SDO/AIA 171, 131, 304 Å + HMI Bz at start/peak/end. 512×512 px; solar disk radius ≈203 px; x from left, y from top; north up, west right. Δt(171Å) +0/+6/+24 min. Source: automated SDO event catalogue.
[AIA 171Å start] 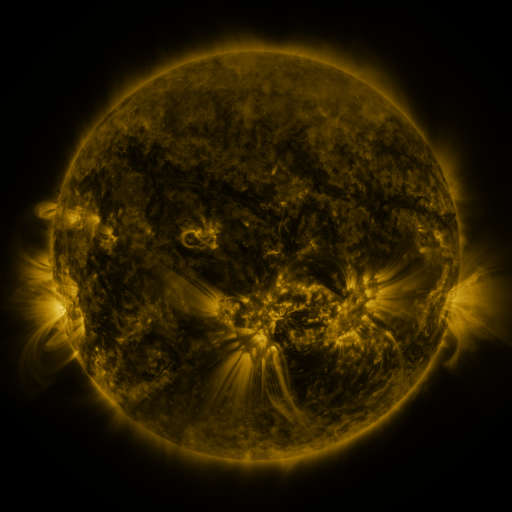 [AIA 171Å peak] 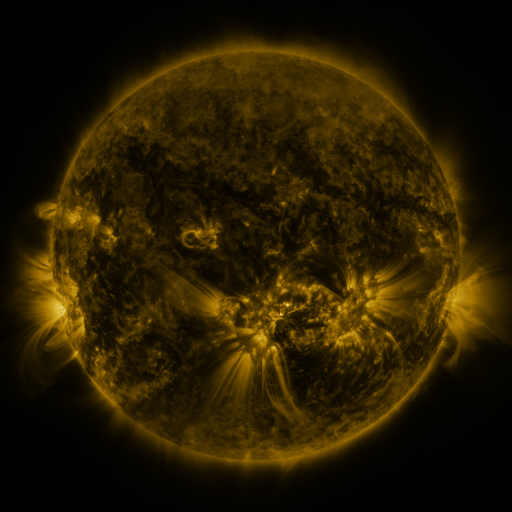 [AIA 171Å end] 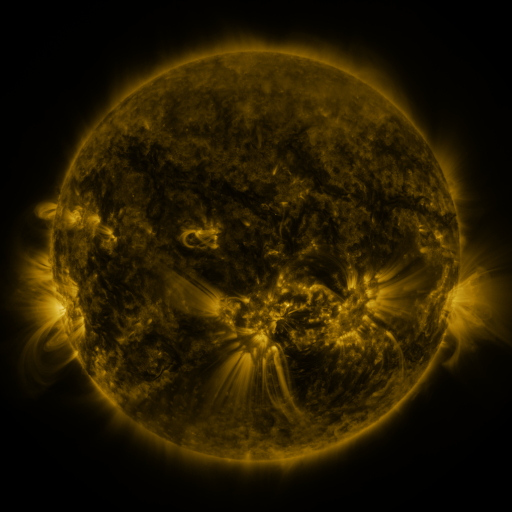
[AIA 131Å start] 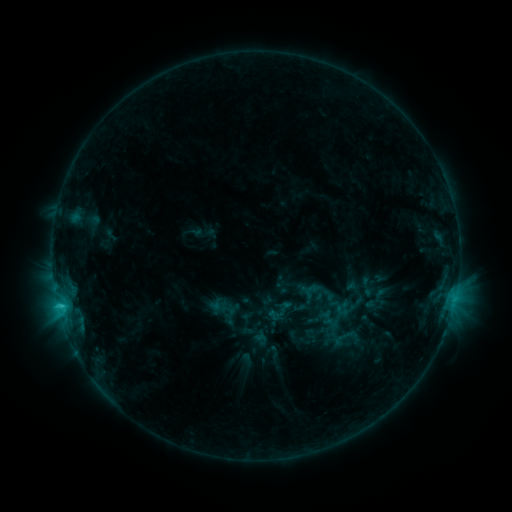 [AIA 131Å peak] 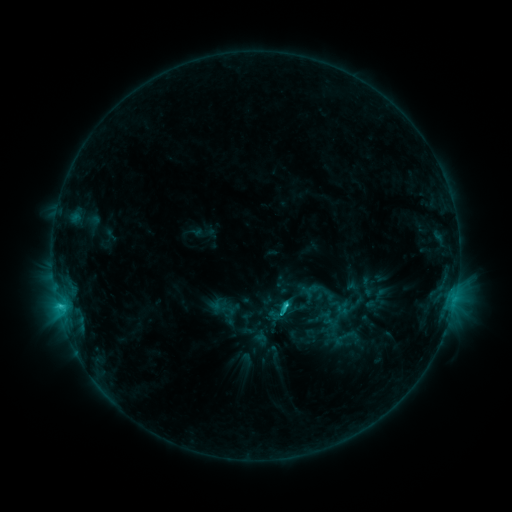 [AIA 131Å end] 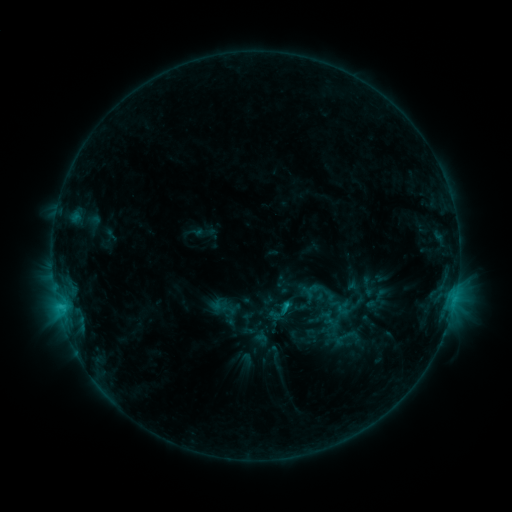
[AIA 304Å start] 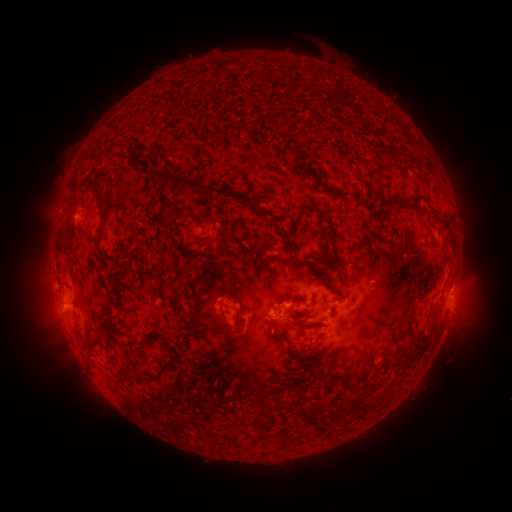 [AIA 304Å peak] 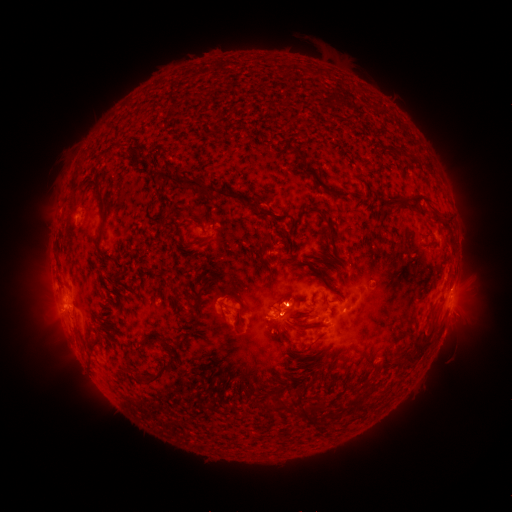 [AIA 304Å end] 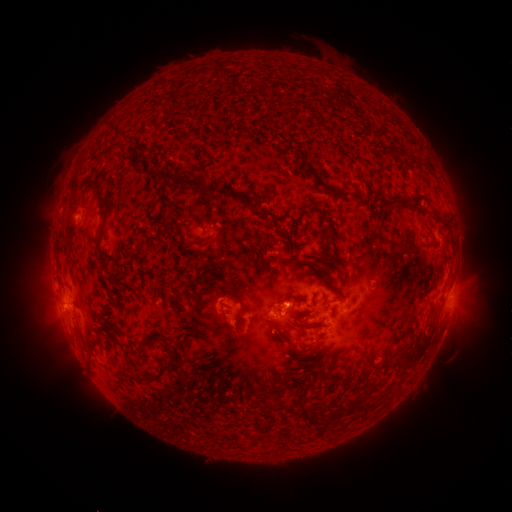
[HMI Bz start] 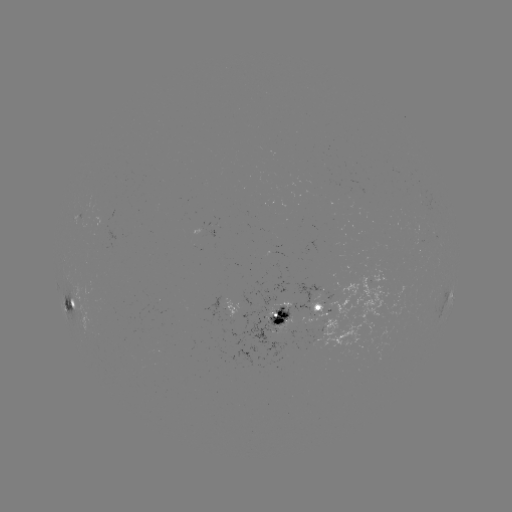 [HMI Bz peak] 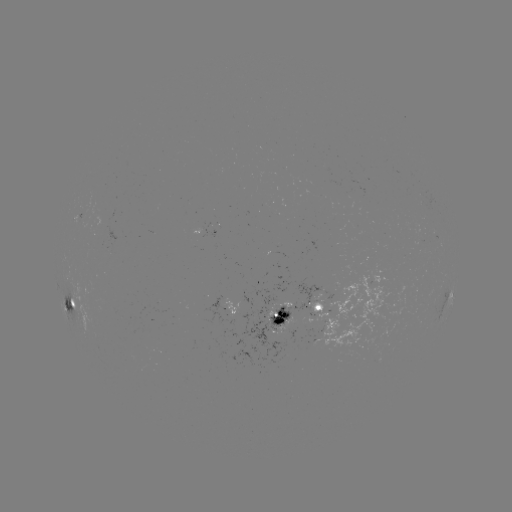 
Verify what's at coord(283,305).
C2.5 flare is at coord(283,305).